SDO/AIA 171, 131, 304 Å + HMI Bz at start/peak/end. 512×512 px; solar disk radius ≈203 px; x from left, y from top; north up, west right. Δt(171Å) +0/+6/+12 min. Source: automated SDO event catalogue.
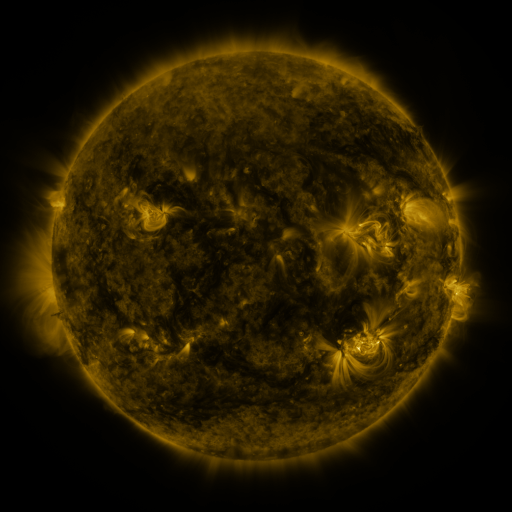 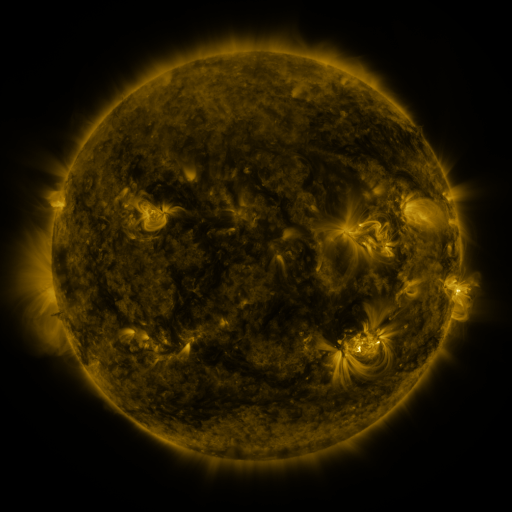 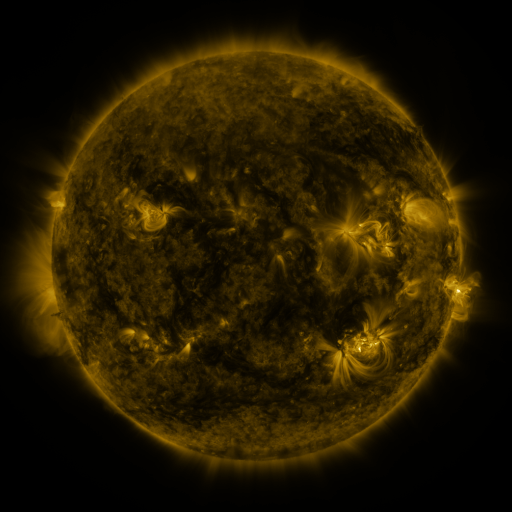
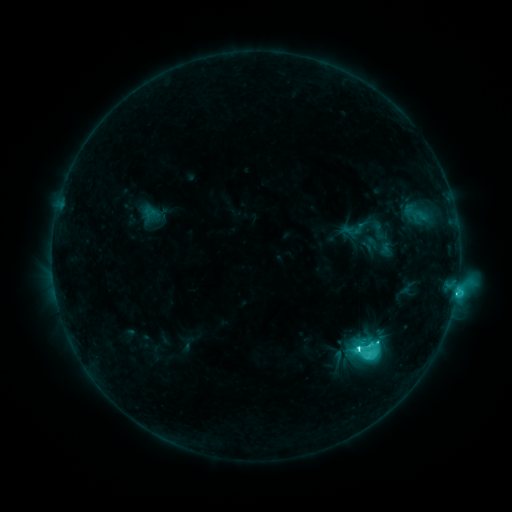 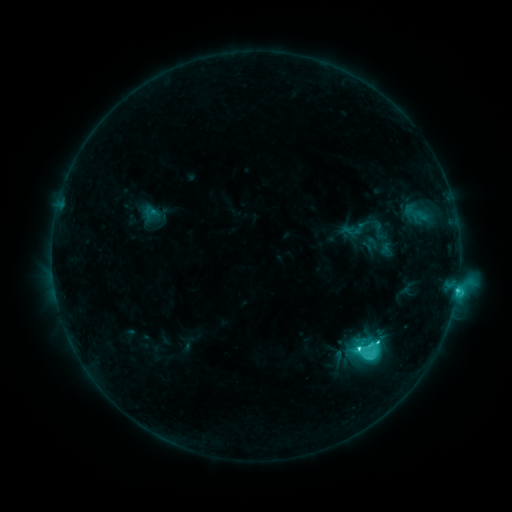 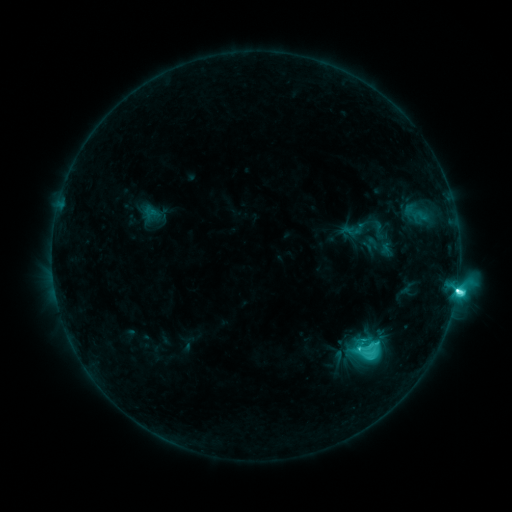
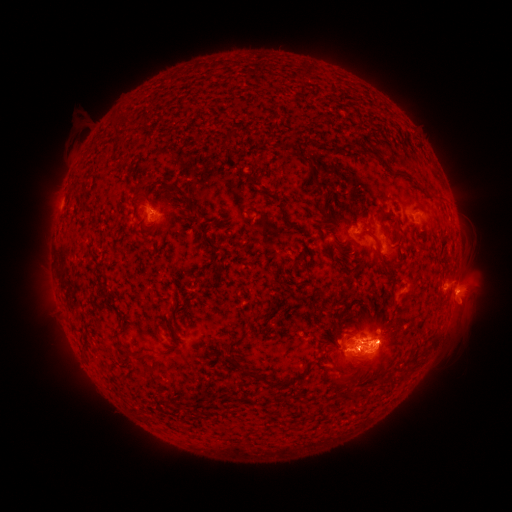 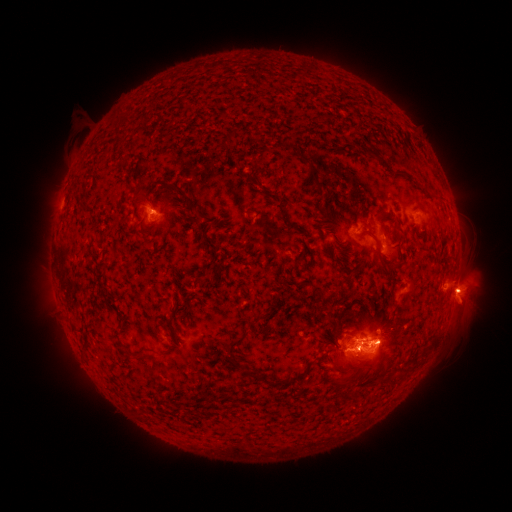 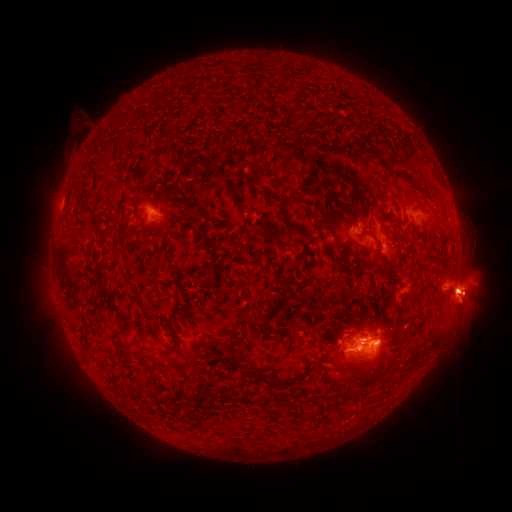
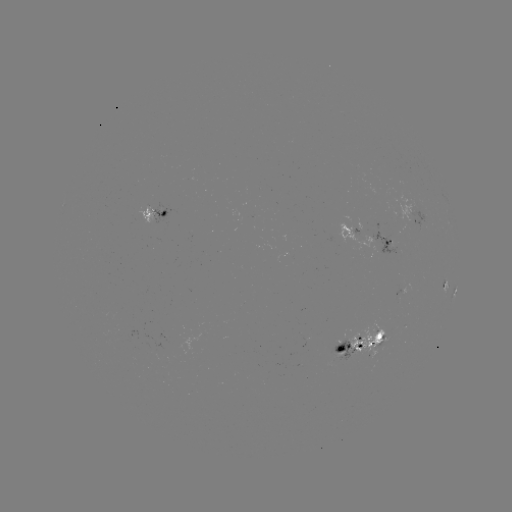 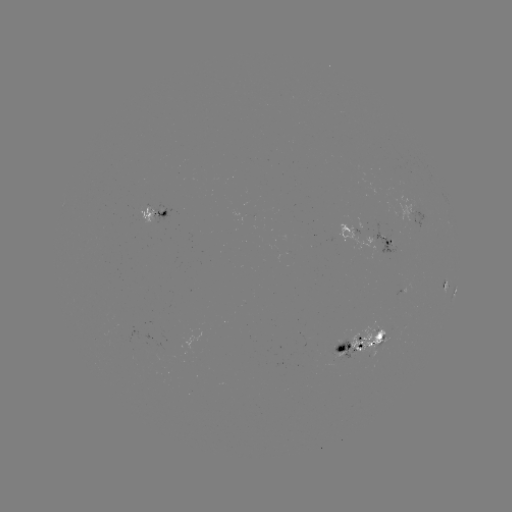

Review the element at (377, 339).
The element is M1.3 flare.